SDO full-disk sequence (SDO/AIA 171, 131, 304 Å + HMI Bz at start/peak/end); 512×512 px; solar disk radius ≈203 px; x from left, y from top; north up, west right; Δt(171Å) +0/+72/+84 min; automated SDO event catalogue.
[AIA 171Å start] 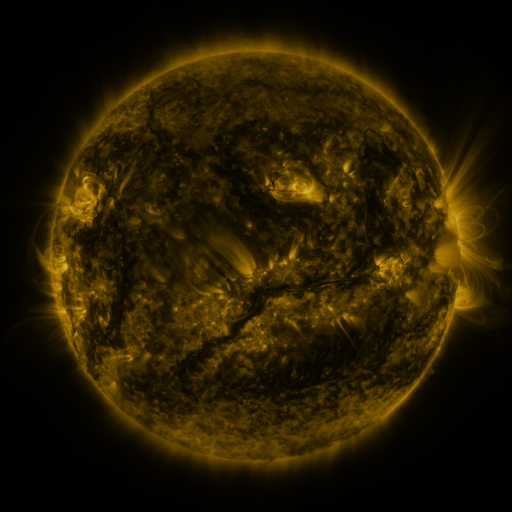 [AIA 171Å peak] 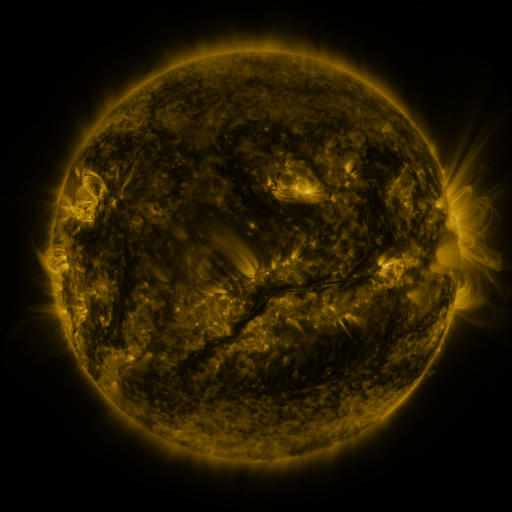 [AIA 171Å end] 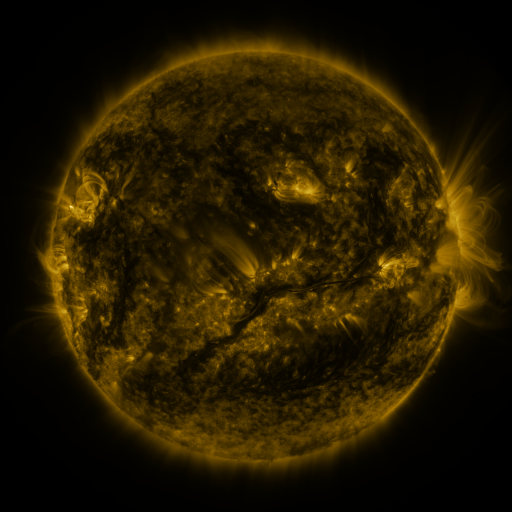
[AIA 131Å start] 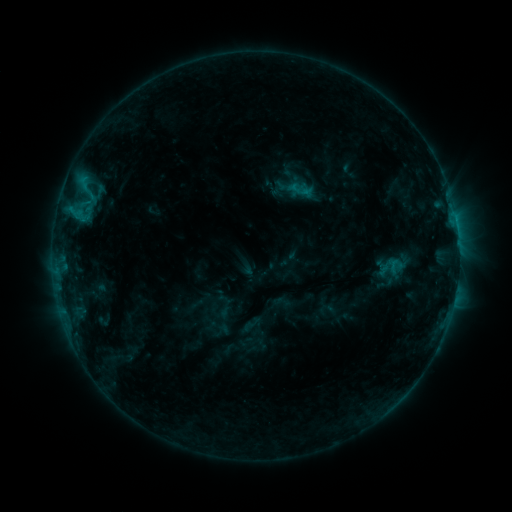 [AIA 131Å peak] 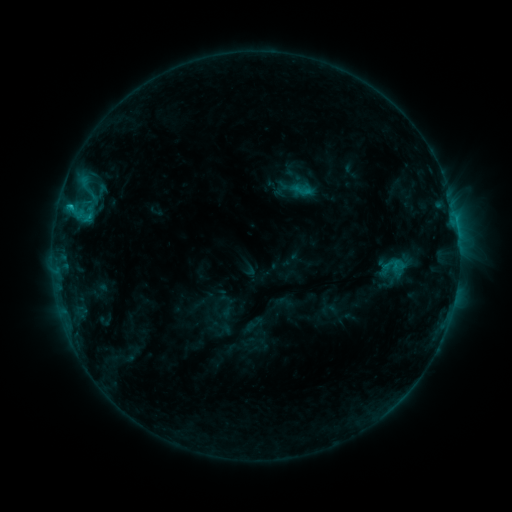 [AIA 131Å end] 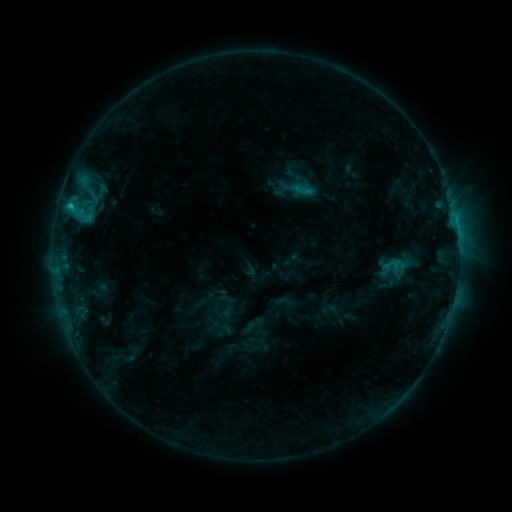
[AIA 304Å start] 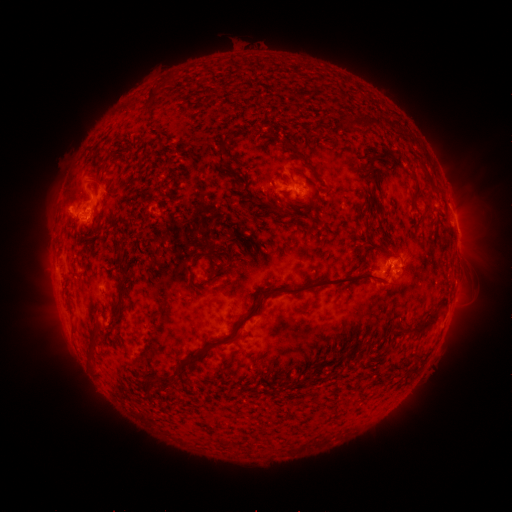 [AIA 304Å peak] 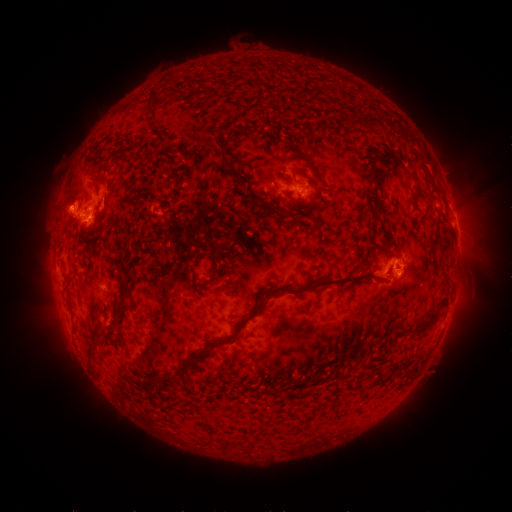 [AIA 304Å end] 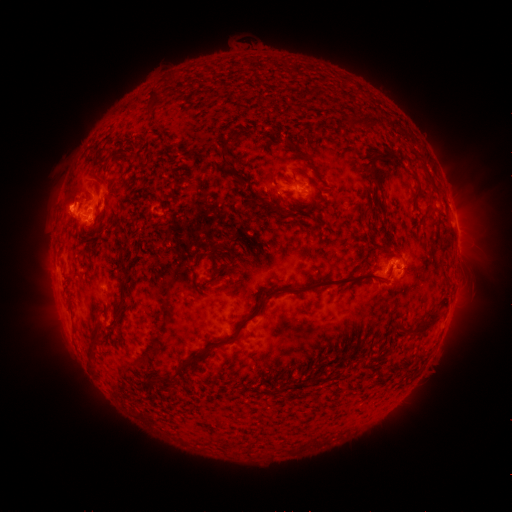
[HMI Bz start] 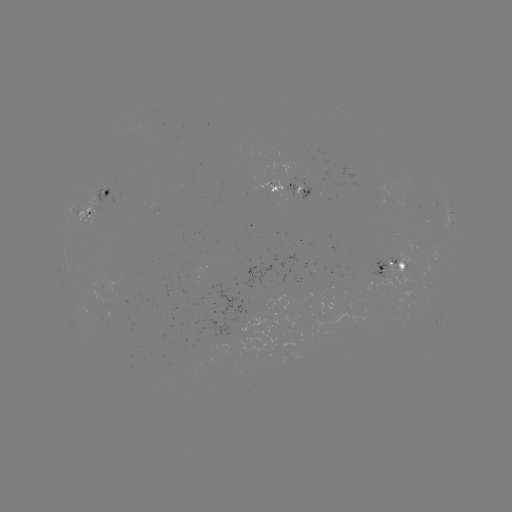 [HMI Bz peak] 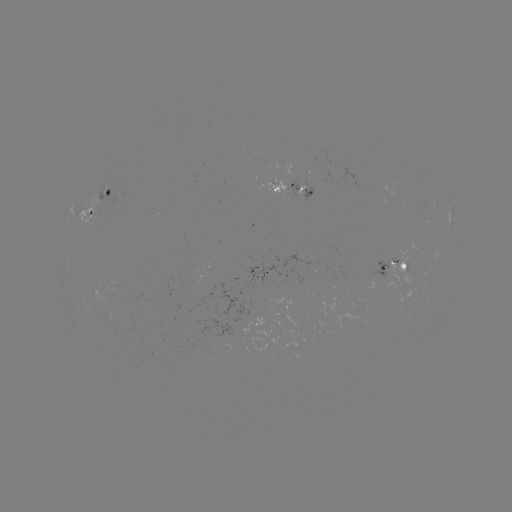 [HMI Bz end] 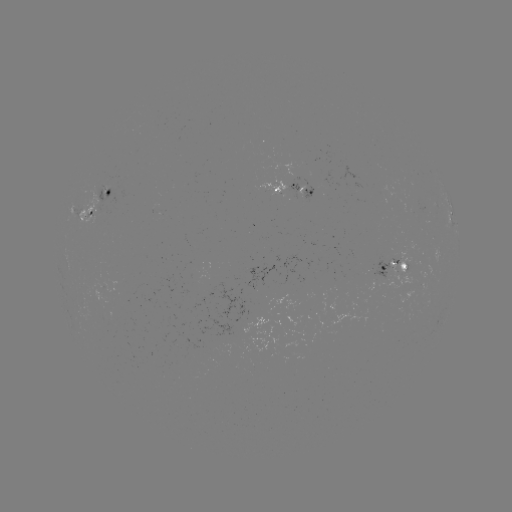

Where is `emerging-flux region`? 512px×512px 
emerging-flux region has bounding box [81, 187, 97, 223].